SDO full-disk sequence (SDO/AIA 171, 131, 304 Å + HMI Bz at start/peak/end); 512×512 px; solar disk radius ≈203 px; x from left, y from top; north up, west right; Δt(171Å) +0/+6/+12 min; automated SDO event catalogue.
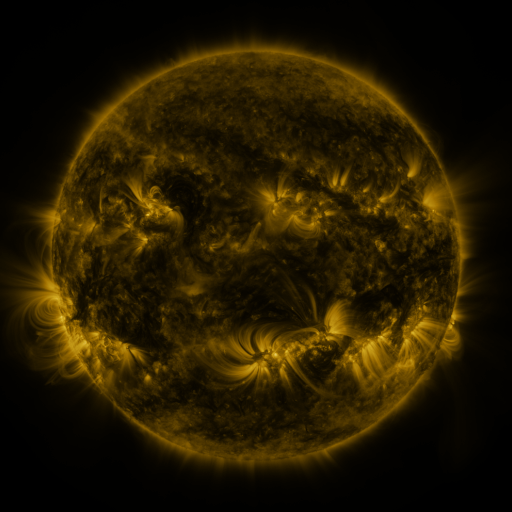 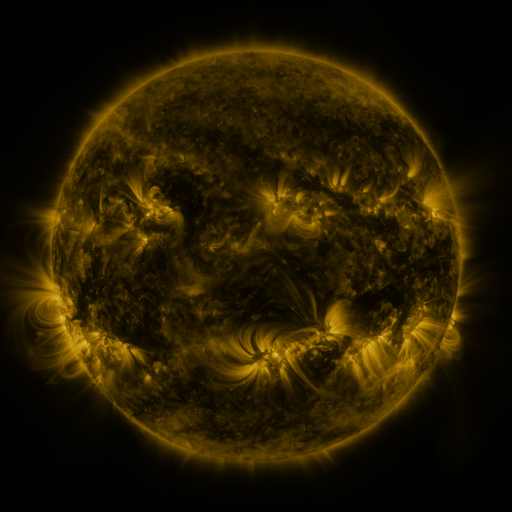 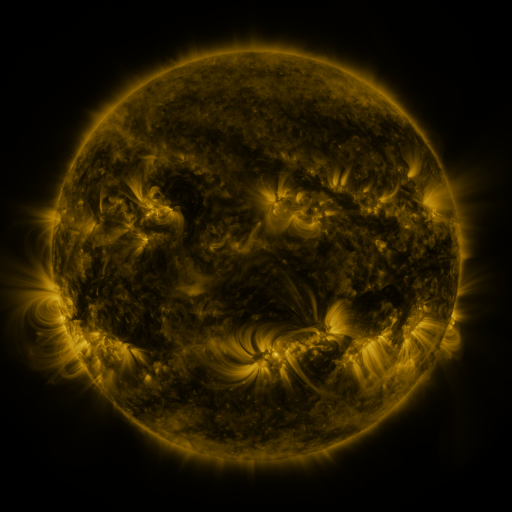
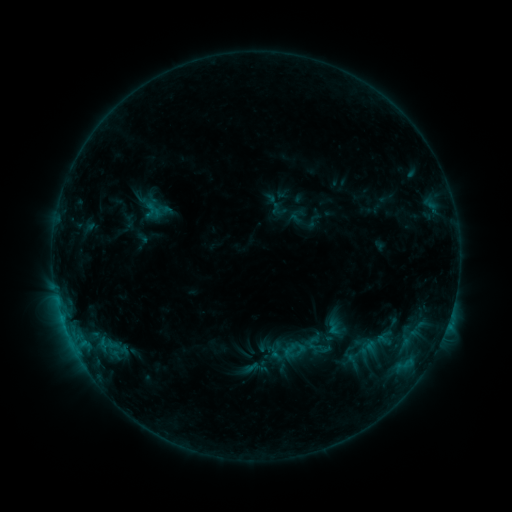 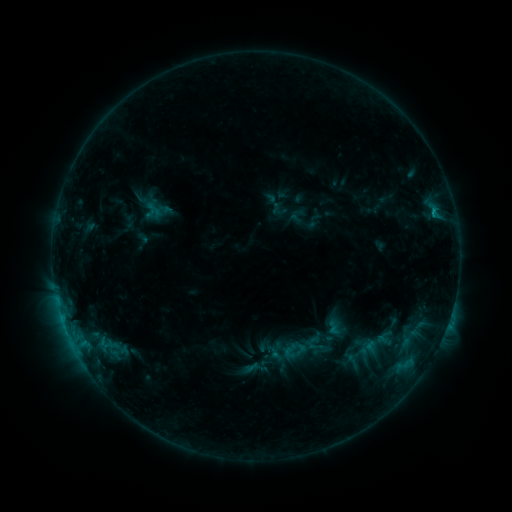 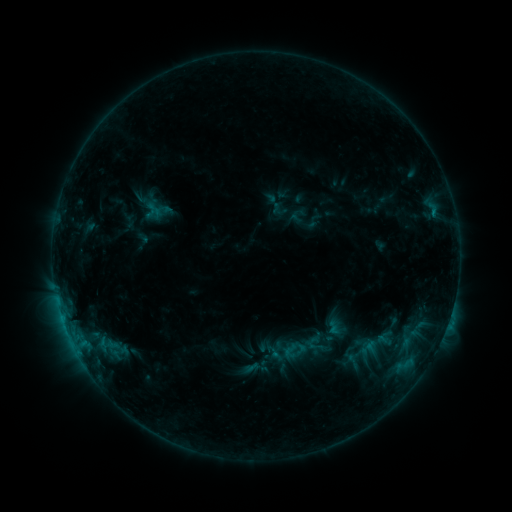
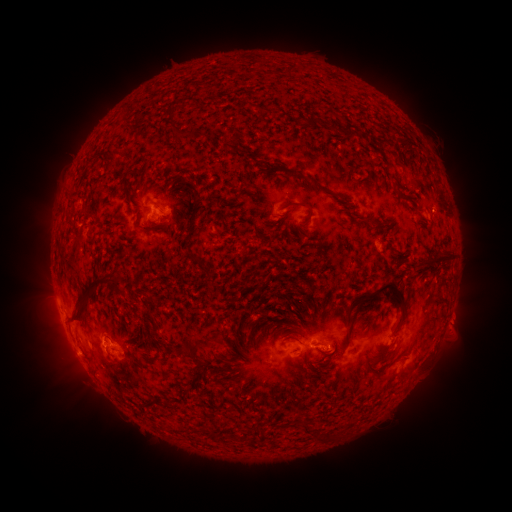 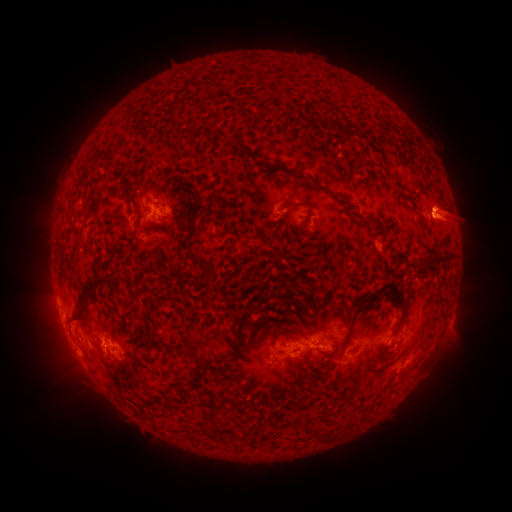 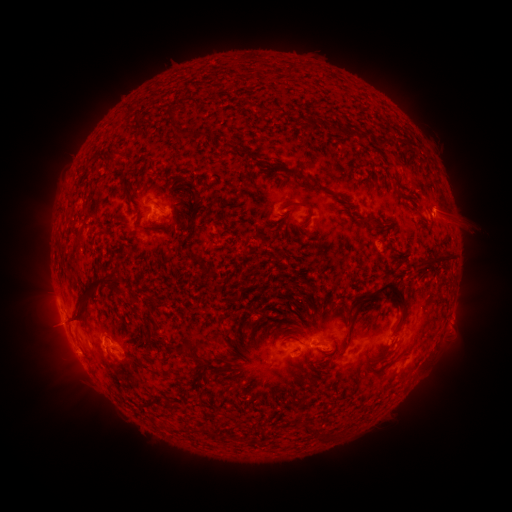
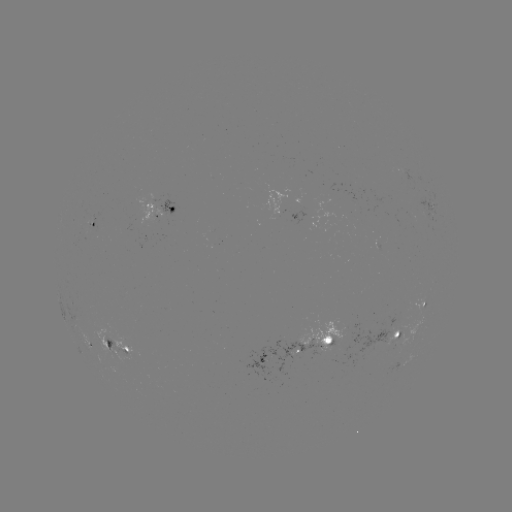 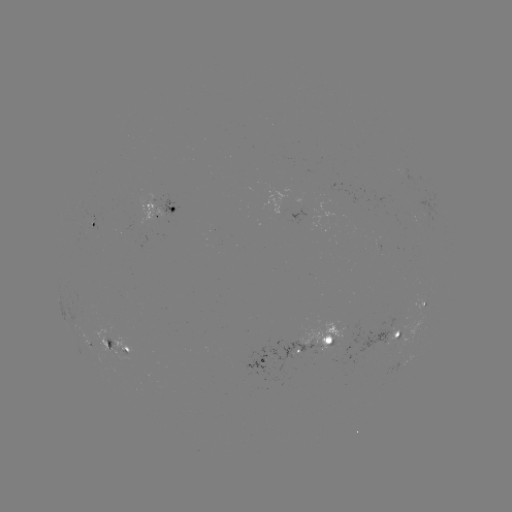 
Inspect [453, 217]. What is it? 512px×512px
eruption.